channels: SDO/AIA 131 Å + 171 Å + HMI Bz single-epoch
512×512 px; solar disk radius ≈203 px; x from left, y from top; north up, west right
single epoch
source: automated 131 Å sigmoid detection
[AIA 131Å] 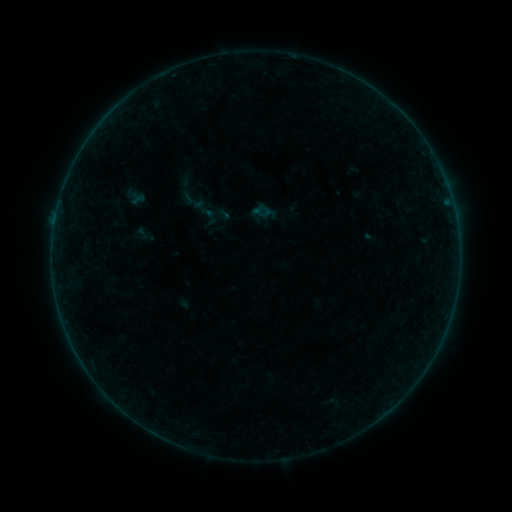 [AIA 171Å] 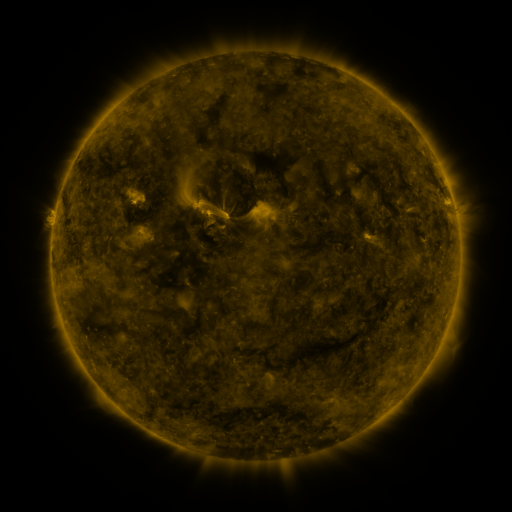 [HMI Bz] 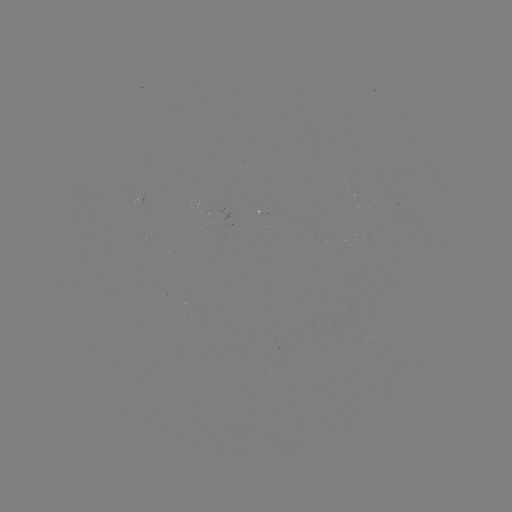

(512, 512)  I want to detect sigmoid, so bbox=[252, 202, 272, 222].